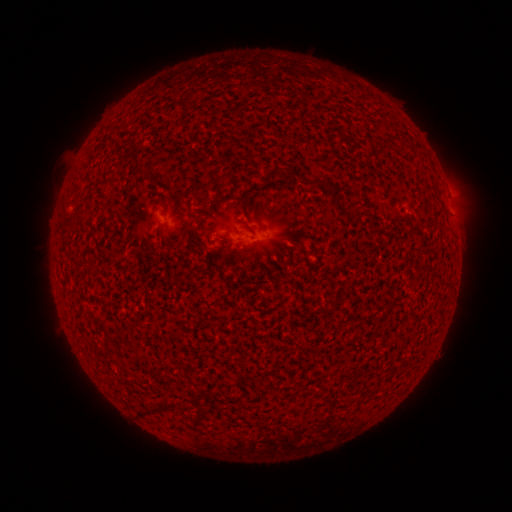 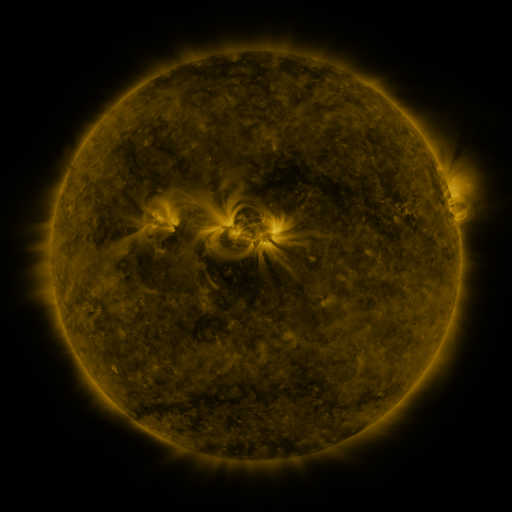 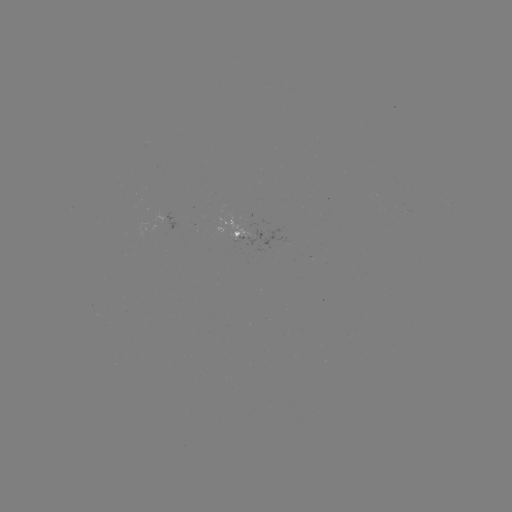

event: spotted active region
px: (259, 234)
